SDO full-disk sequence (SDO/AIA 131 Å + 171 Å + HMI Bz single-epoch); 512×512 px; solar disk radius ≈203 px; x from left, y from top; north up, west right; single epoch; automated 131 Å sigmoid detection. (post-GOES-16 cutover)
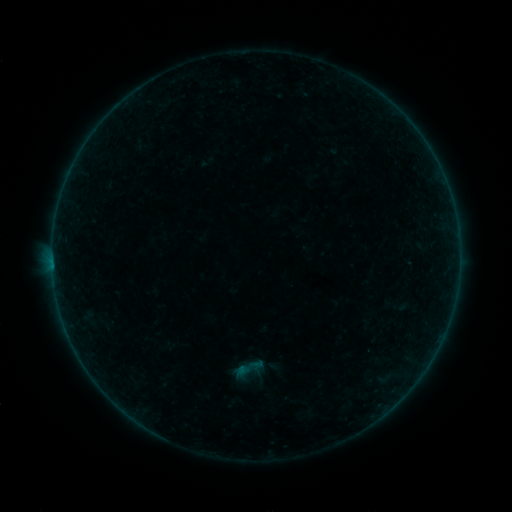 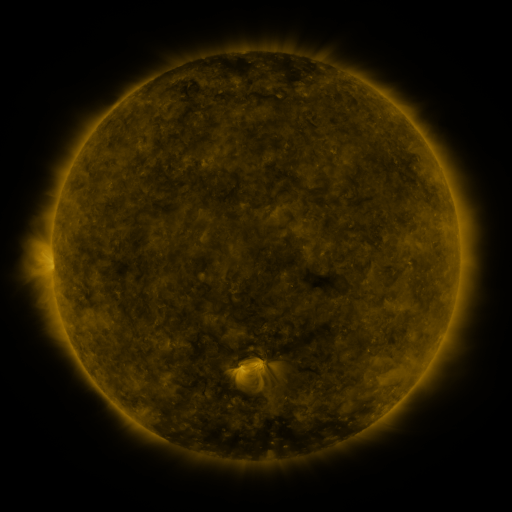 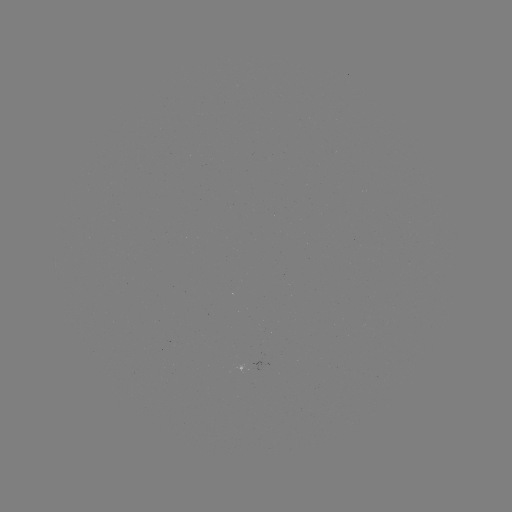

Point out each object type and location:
sigmoid: (247, 369)
